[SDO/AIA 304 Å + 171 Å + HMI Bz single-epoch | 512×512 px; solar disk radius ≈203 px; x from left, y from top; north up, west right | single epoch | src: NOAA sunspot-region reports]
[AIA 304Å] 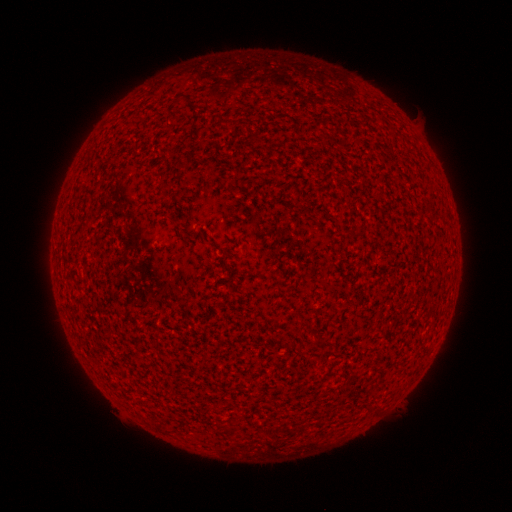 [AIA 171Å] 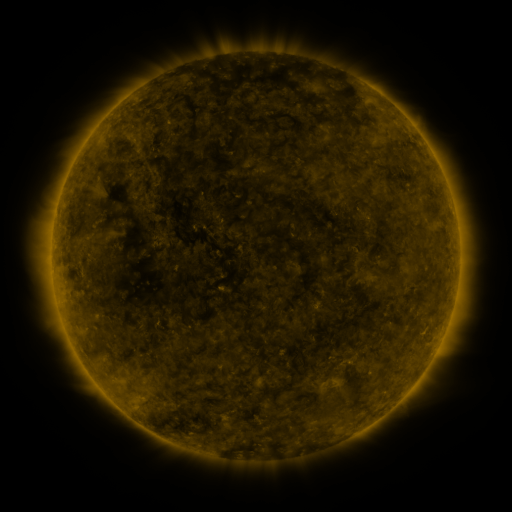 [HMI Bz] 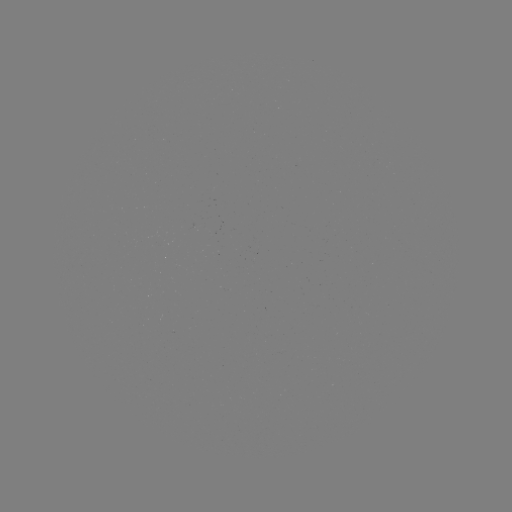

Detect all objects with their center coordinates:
(none)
